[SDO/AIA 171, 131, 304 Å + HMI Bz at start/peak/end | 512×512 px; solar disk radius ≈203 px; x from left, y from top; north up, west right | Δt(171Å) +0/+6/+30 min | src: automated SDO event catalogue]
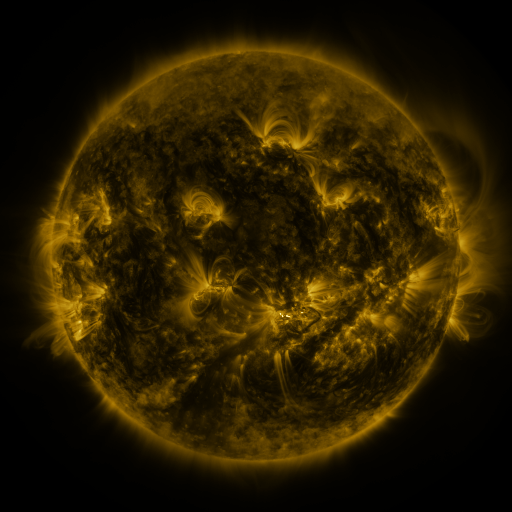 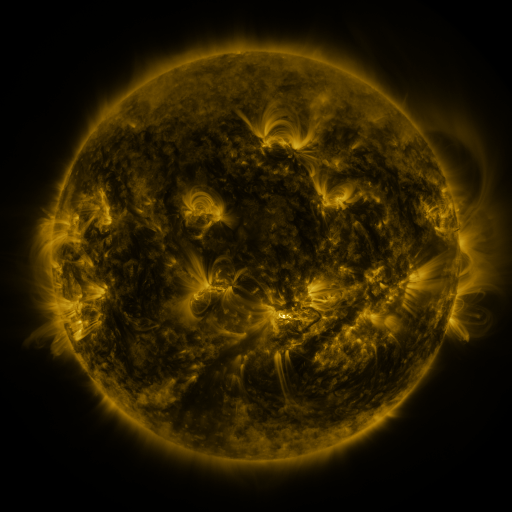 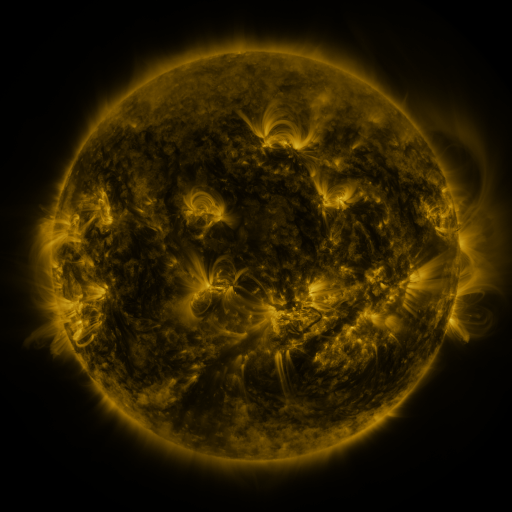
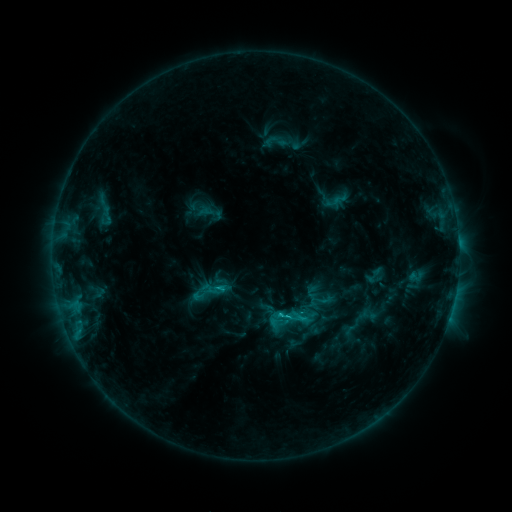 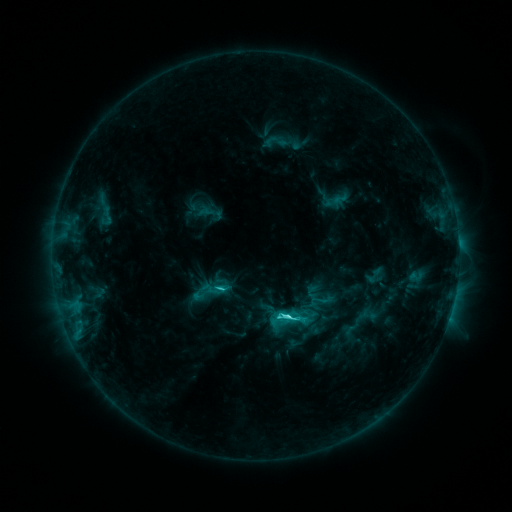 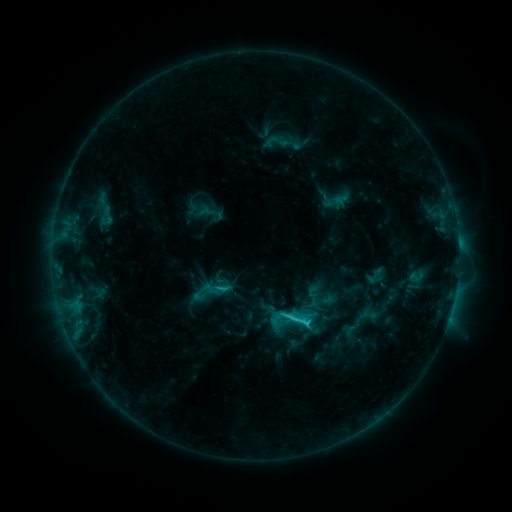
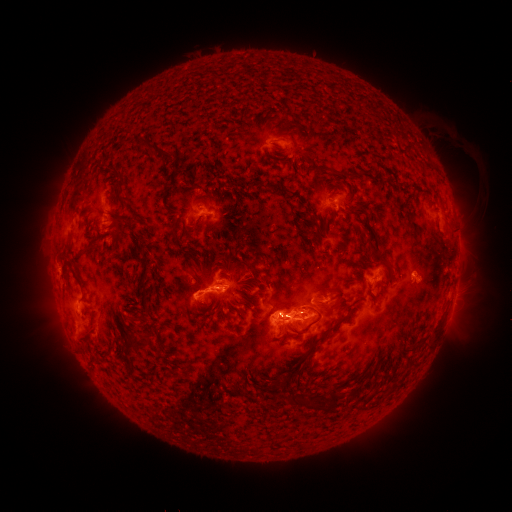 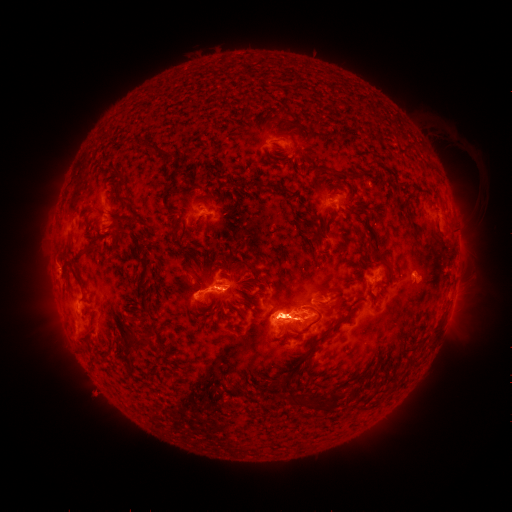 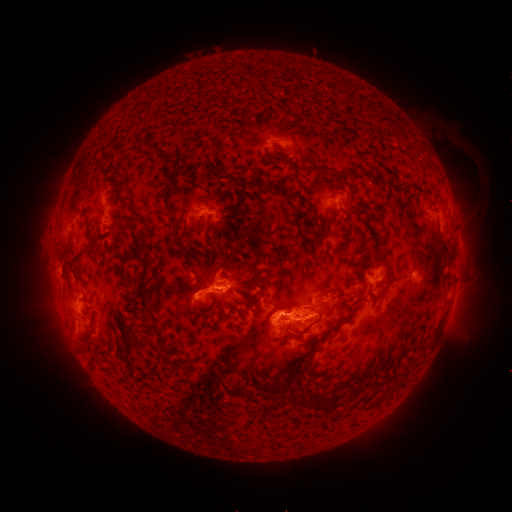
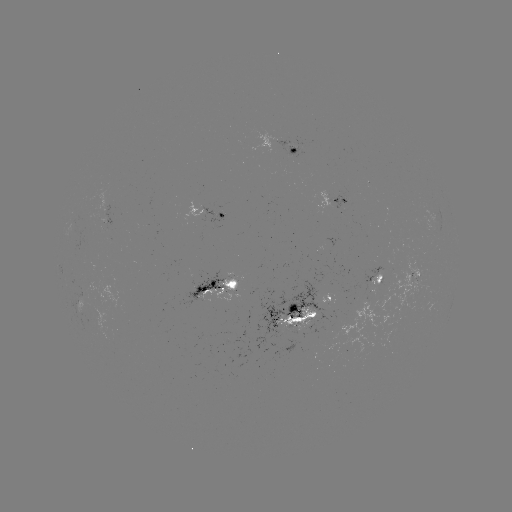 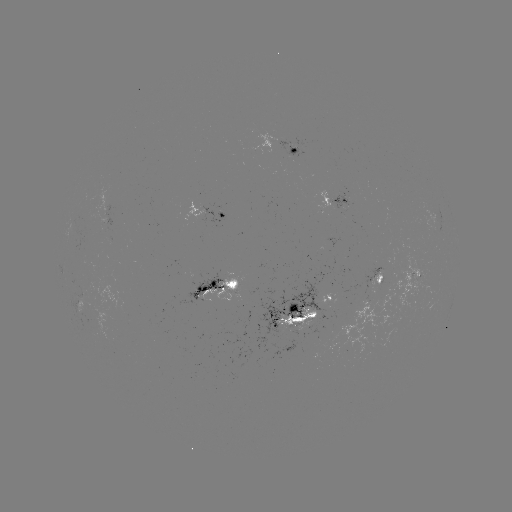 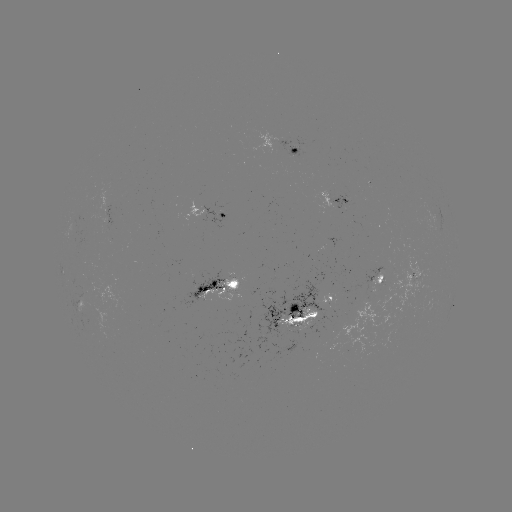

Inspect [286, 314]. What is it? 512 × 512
C5.3 flare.